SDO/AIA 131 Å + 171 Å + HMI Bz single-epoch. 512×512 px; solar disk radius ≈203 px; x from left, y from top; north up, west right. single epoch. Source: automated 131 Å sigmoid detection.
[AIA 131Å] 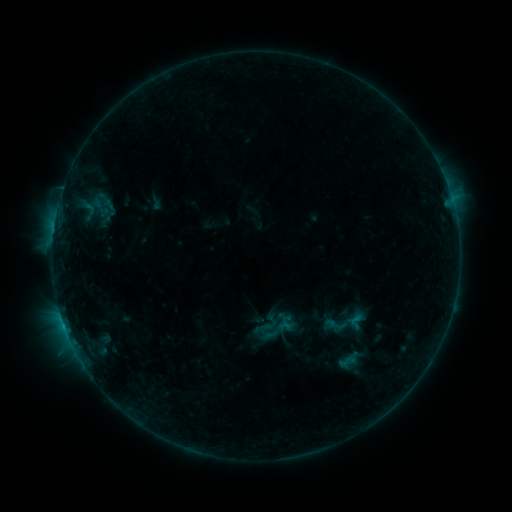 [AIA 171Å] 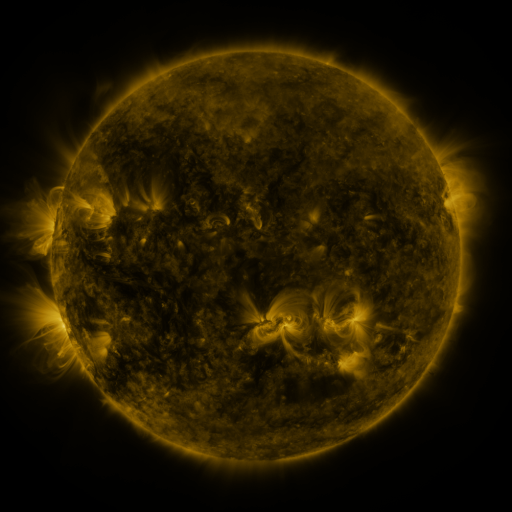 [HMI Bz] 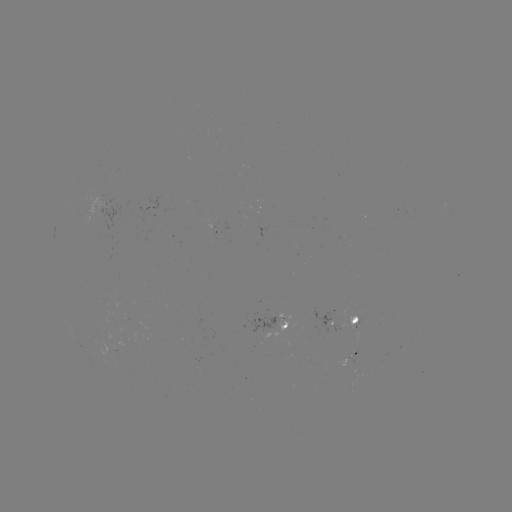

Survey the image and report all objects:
sigmoid: <bbox>348, 312, 366, 330</bbox>
sigmoid: <bbox>324, 313, 348, 337</bbox>
sigmoid: <bbox>338, 353, 356, 370</bbox>
